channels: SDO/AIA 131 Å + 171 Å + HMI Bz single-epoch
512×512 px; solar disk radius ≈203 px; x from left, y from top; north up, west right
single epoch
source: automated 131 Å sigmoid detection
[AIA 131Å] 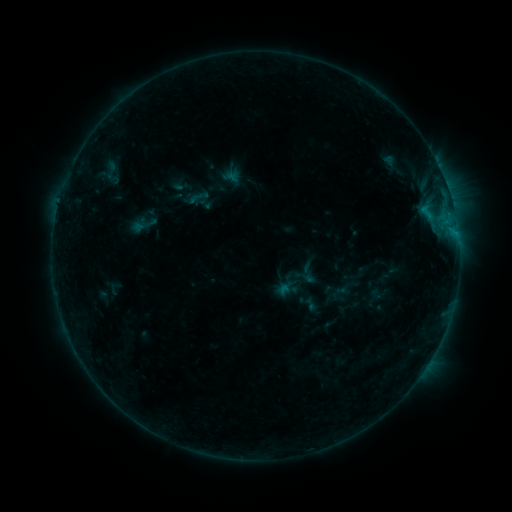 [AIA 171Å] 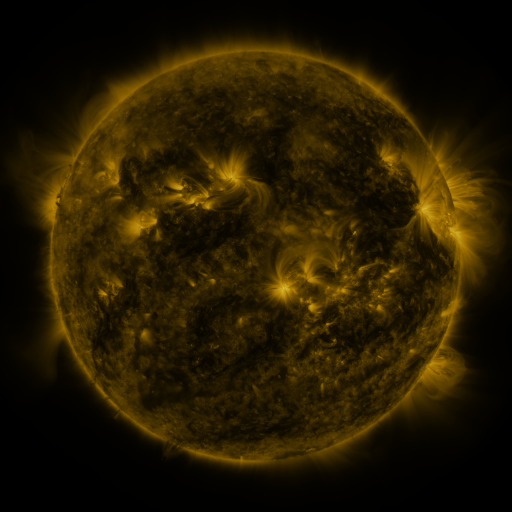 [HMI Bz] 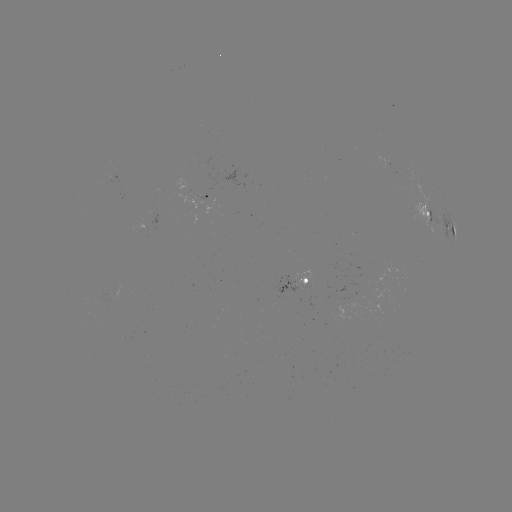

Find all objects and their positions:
sigmoid: <bbox>188, 187, 208, 207</bbox>
sigmoid: <bbox>130, 211, 158, 238</bbox>
